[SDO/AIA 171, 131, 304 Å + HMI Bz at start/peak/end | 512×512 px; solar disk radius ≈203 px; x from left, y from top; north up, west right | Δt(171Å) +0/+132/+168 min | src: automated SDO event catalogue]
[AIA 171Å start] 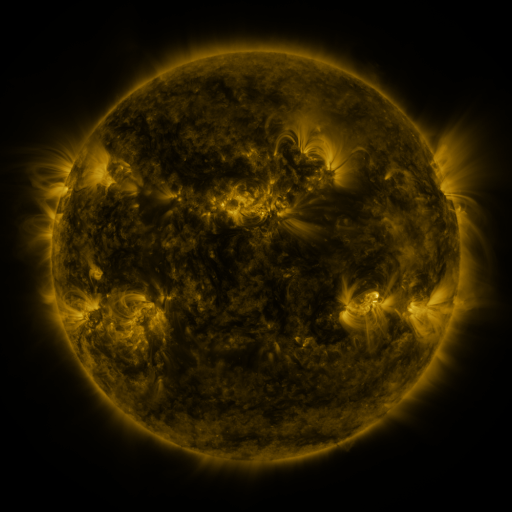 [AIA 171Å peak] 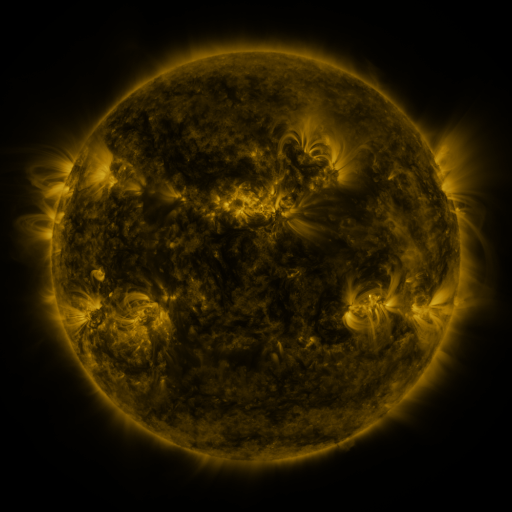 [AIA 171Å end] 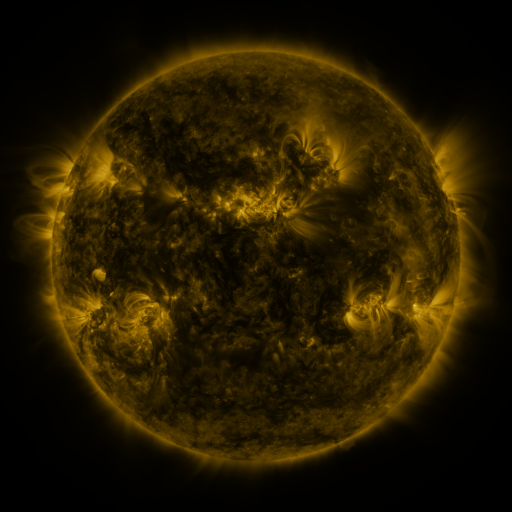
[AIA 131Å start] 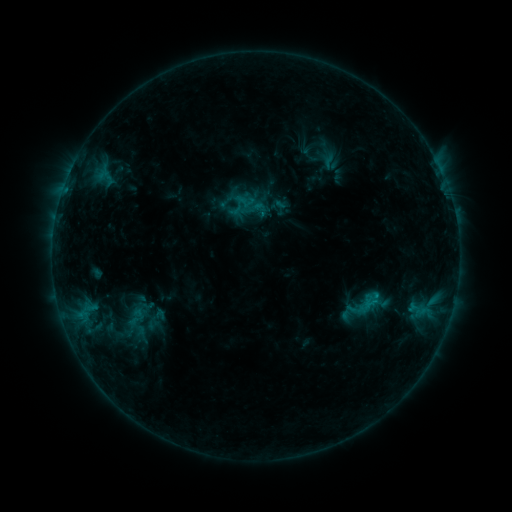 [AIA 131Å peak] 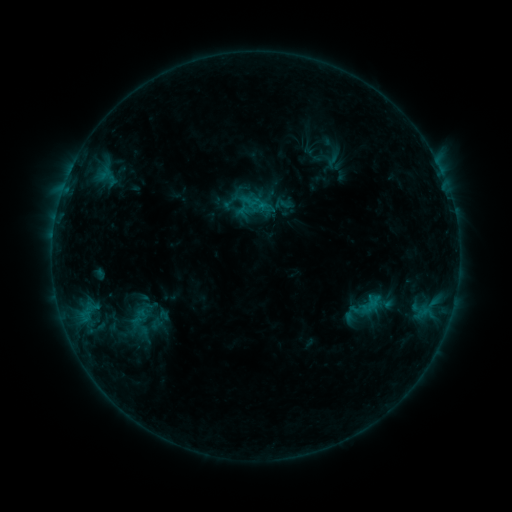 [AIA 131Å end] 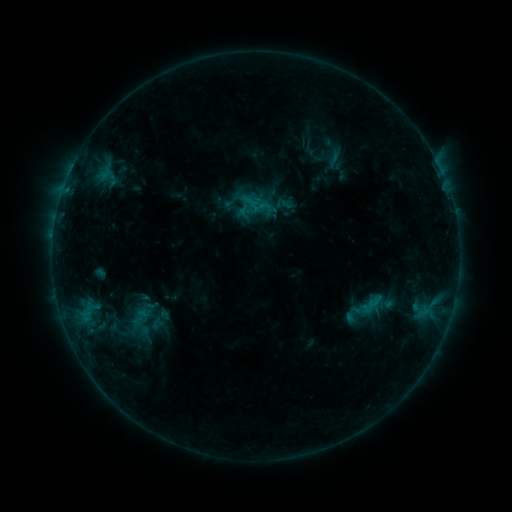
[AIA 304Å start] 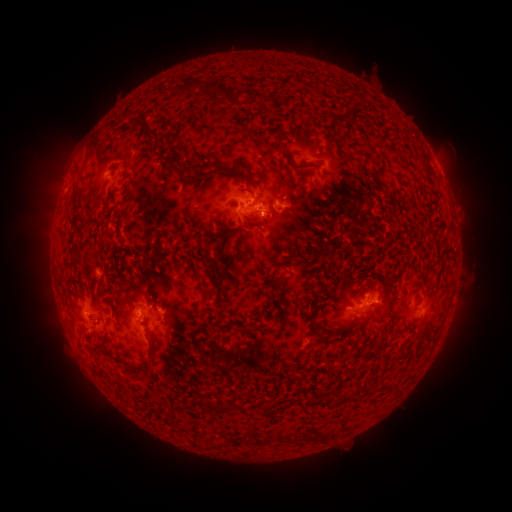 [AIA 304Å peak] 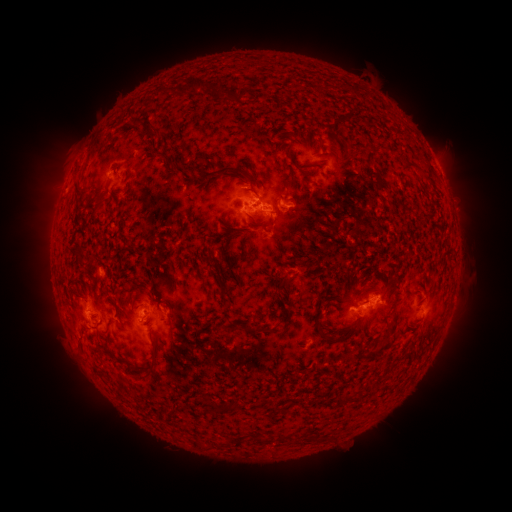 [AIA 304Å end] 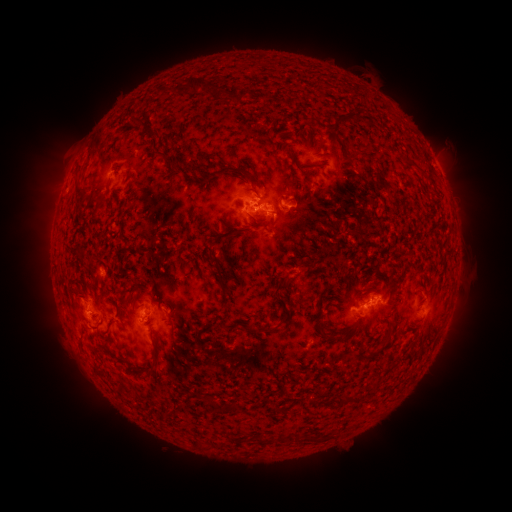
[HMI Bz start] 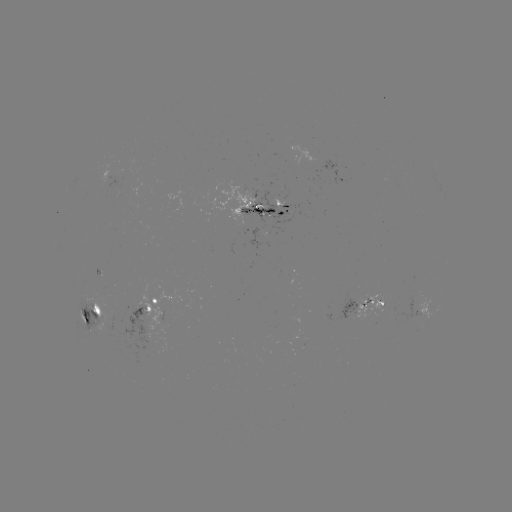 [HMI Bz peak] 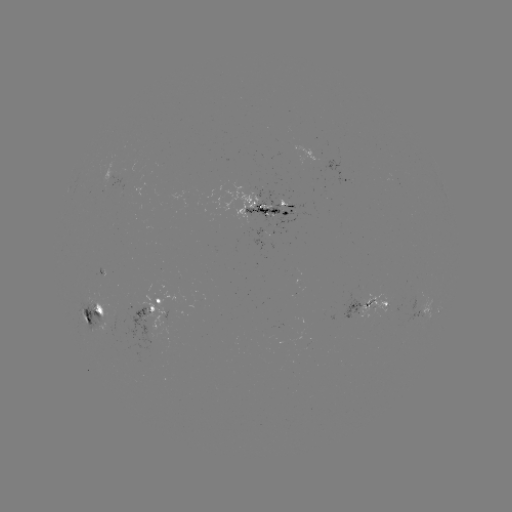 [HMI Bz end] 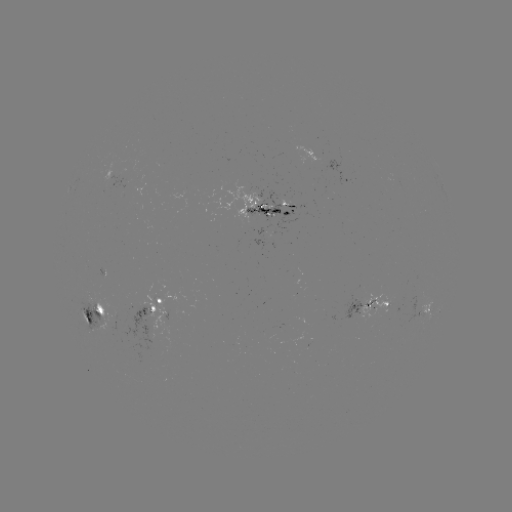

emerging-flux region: (200, 181, 259, 227)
